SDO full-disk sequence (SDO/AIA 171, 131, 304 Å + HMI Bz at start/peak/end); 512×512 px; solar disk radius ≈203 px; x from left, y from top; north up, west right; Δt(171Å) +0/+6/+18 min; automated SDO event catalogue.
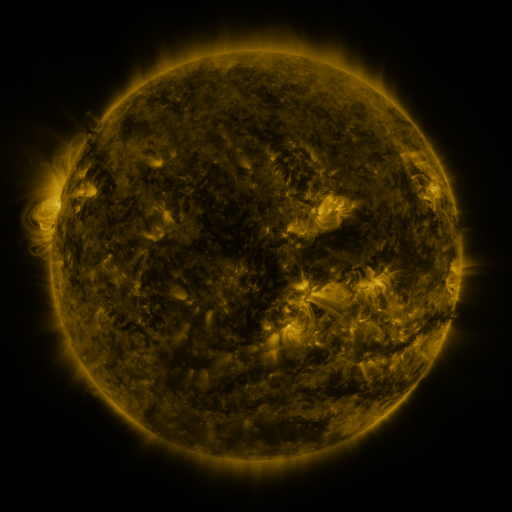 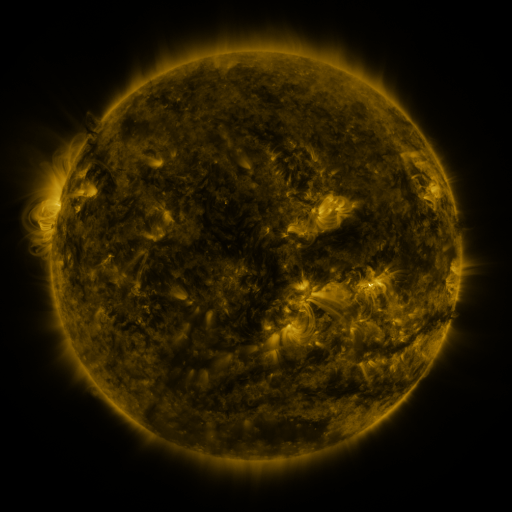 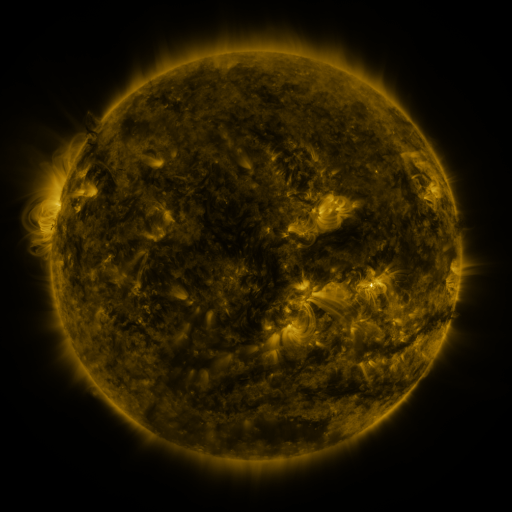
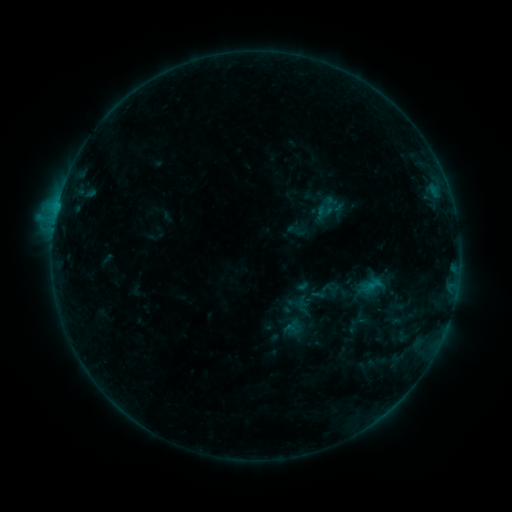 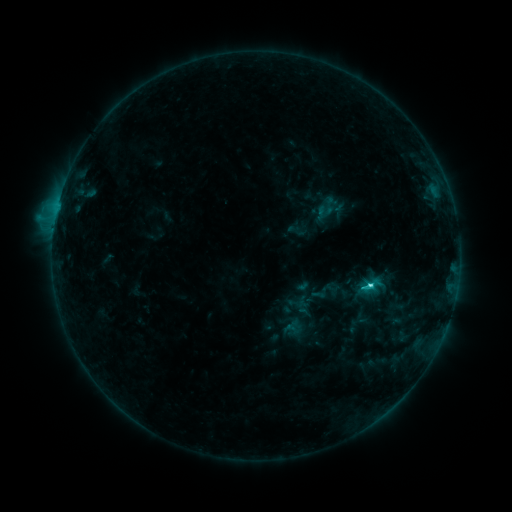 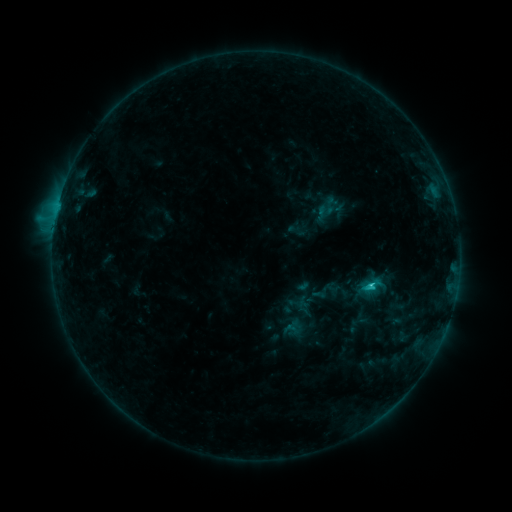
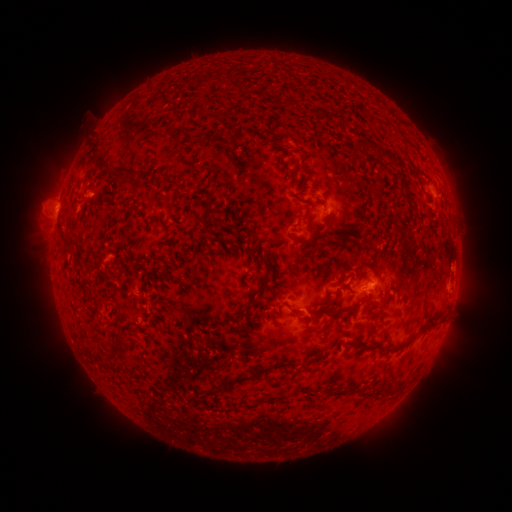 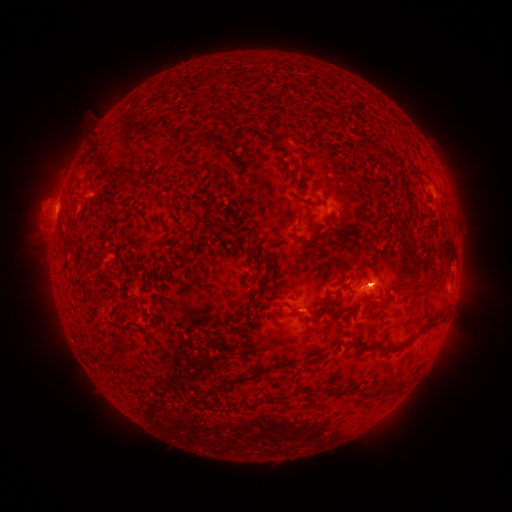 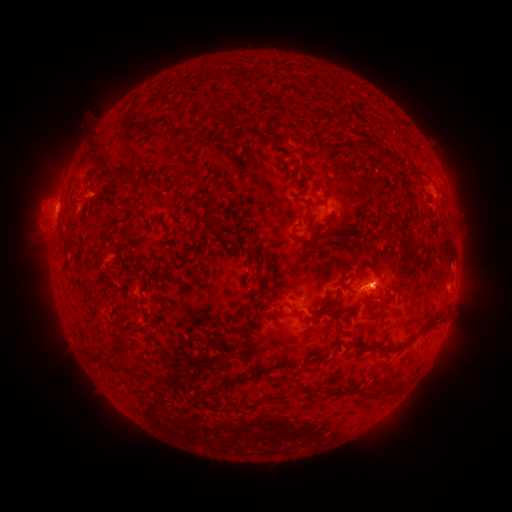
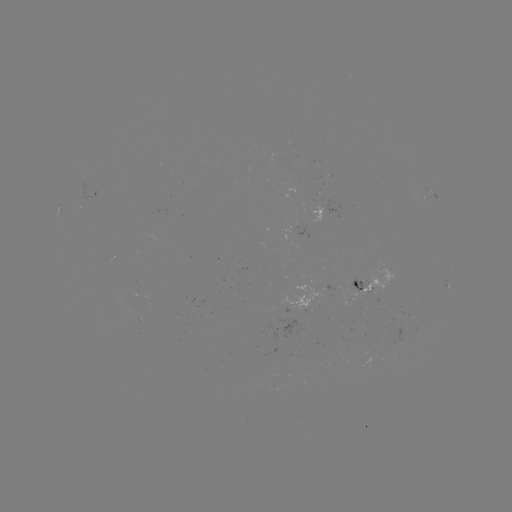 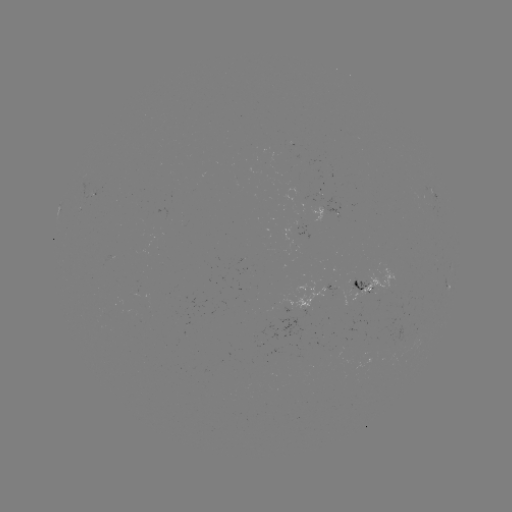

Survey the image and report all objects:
C2.7 flare: (369, 284)
